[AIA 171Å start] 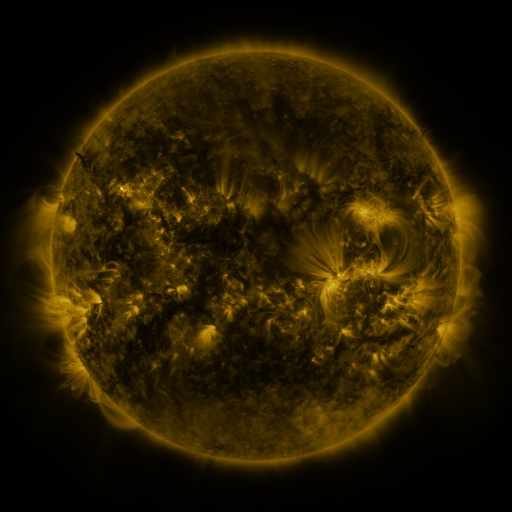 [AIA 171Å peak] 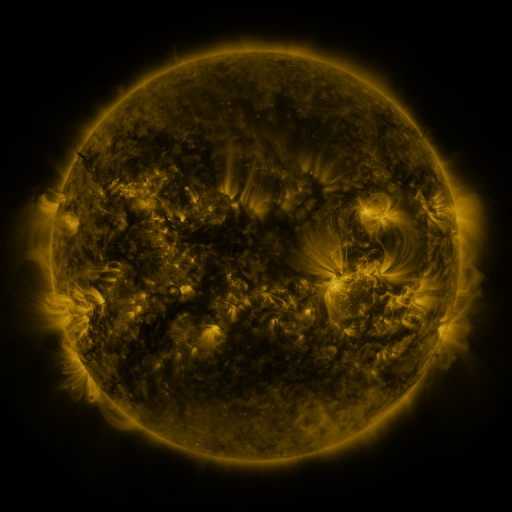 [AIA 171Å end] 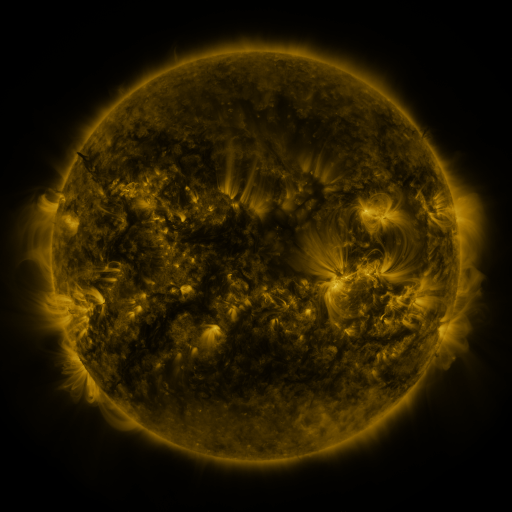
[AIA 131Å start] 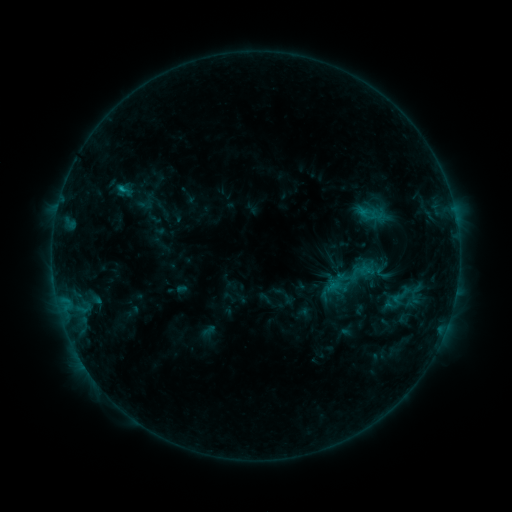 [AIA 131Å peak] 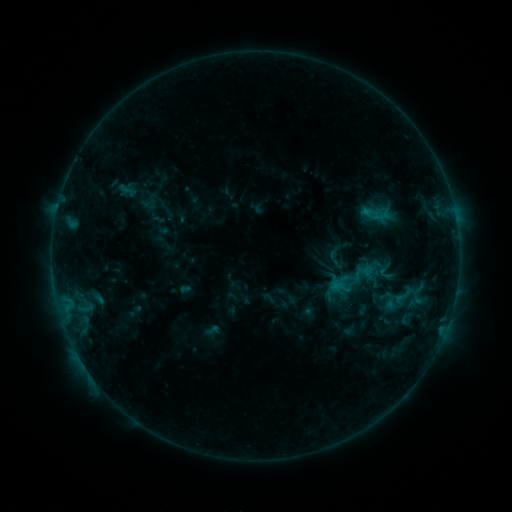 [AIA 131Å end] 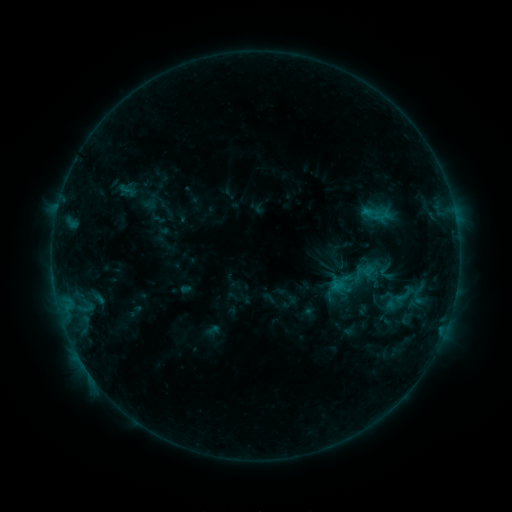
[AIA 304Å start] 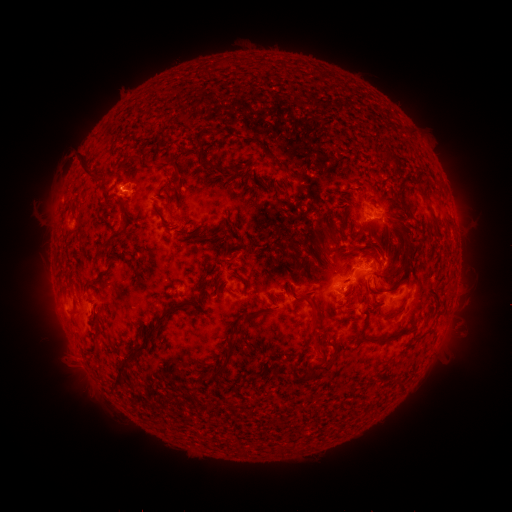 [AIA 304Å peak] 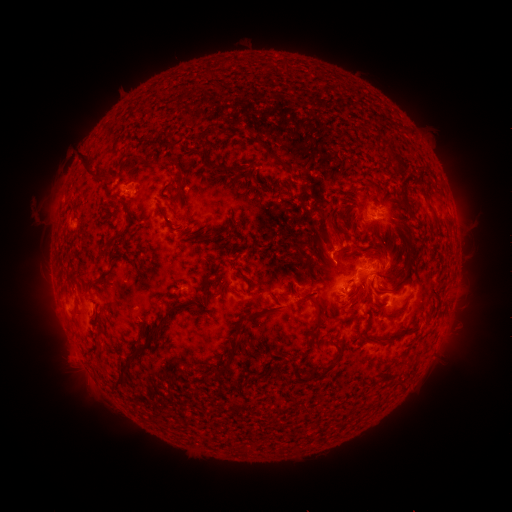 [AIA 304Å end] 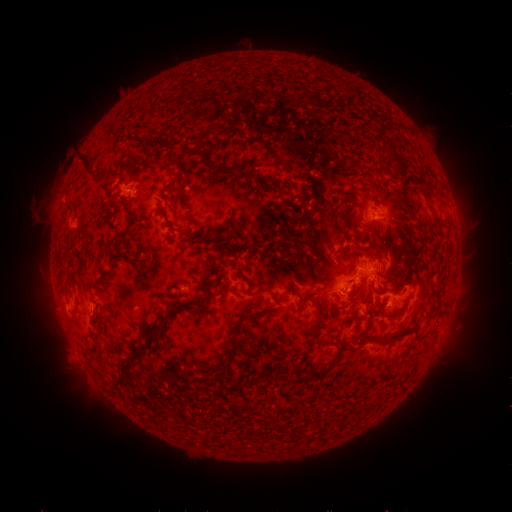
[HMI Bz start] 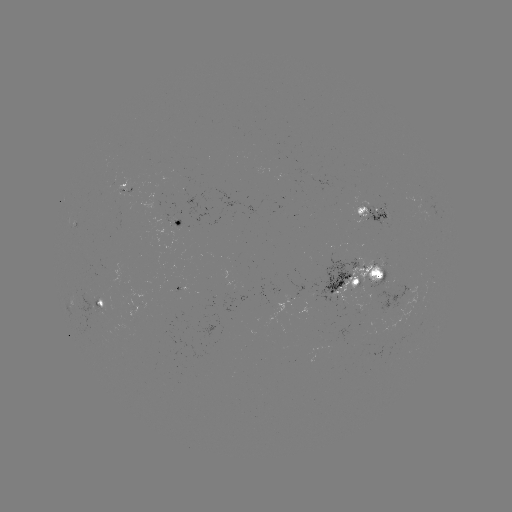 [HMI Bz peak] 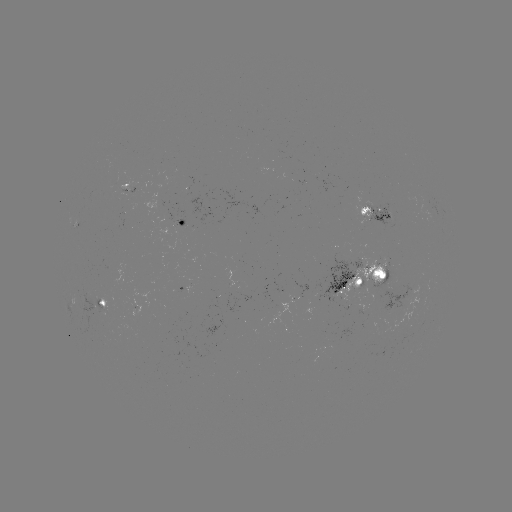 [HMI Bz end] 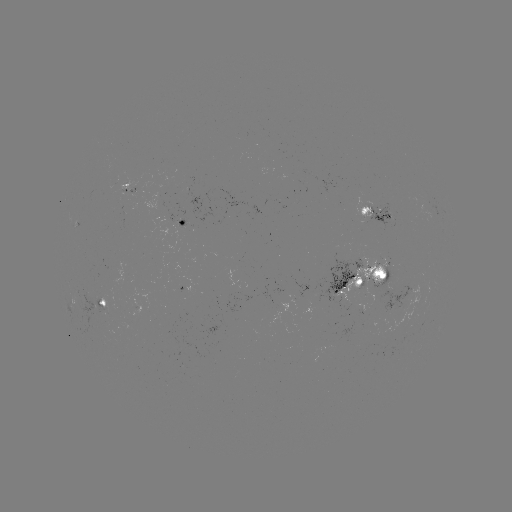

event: emerging-flux region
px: (379, 271)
